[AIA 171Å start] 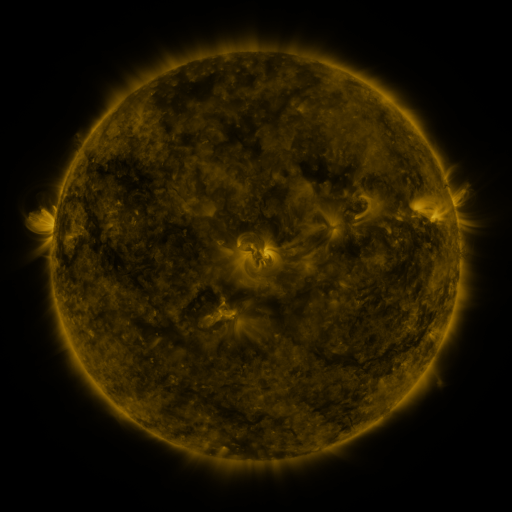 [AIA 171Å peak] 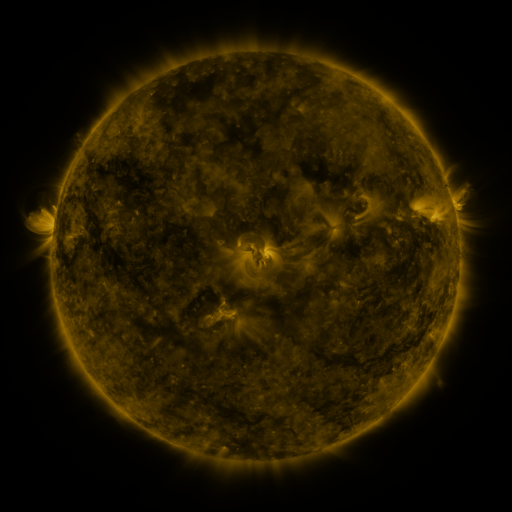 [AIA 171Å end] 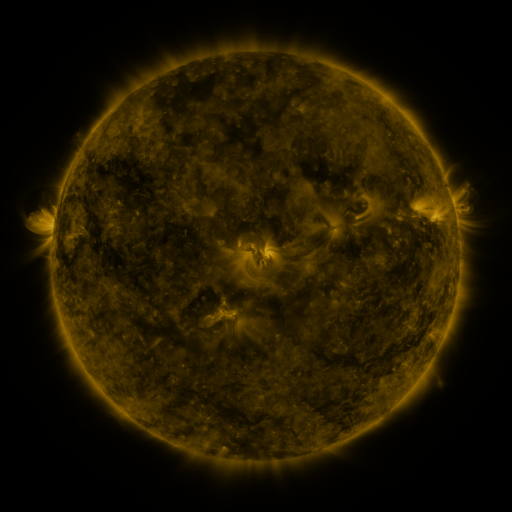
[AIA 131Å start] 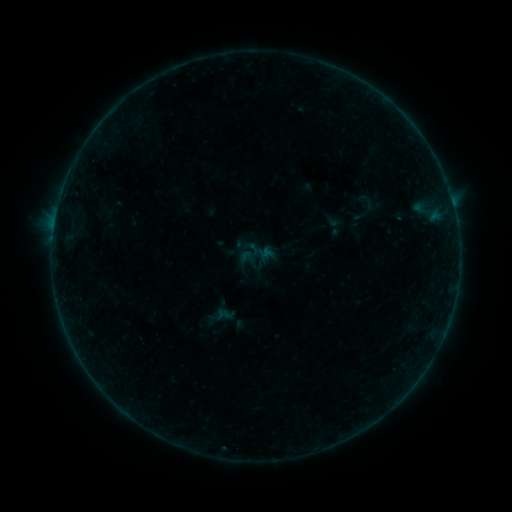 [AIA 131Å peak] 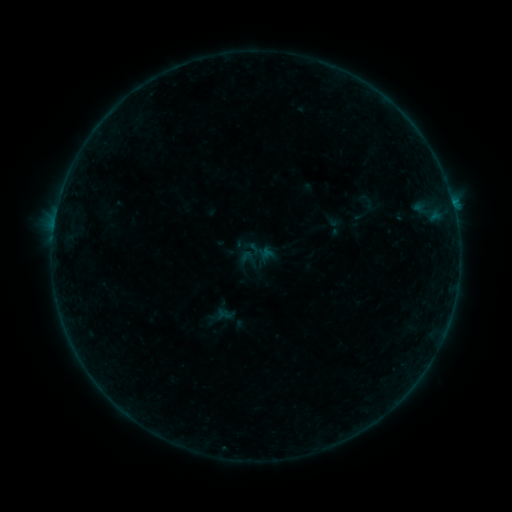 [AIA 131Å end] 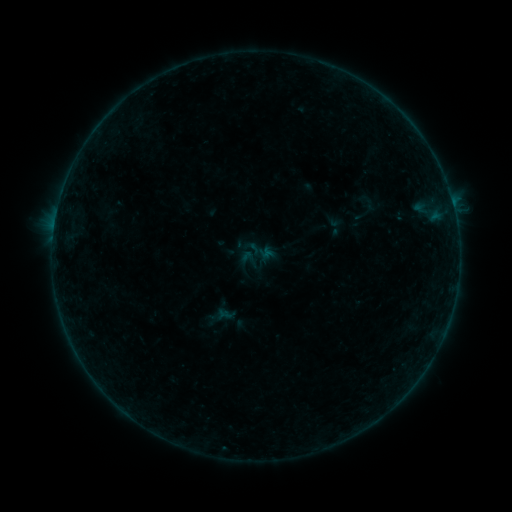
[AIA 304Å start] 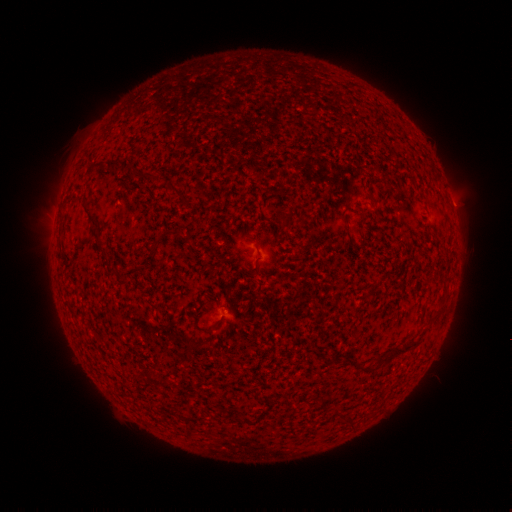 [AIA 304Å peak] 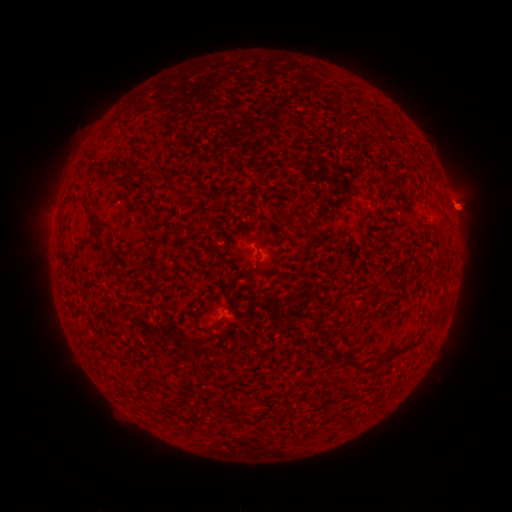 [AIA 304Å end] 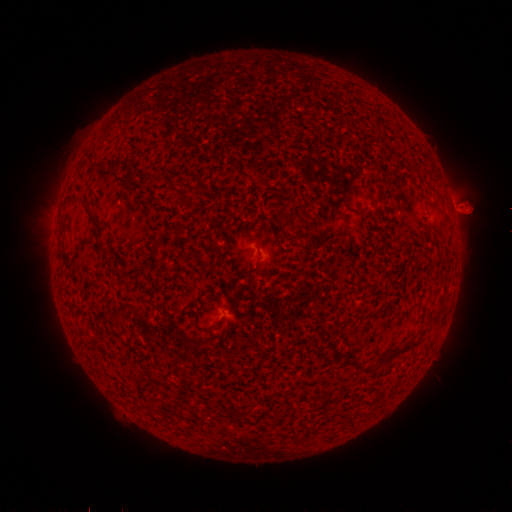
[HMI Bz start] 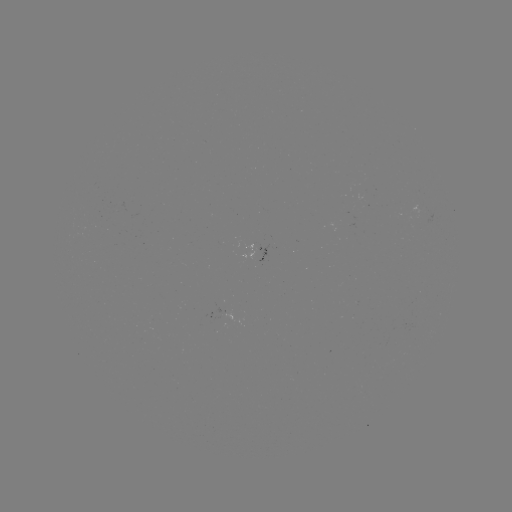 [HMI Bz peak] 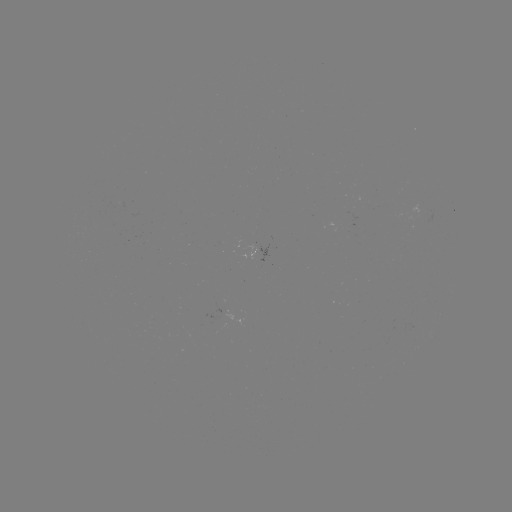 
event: flare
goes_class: B2.3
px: (452, 203)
